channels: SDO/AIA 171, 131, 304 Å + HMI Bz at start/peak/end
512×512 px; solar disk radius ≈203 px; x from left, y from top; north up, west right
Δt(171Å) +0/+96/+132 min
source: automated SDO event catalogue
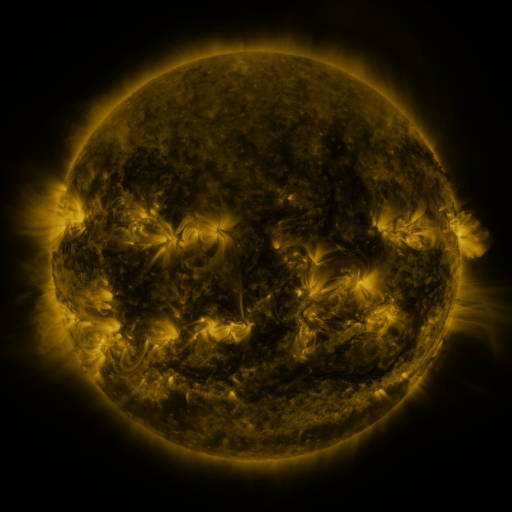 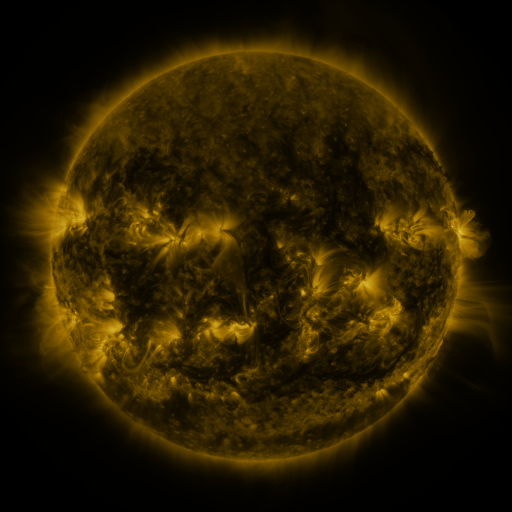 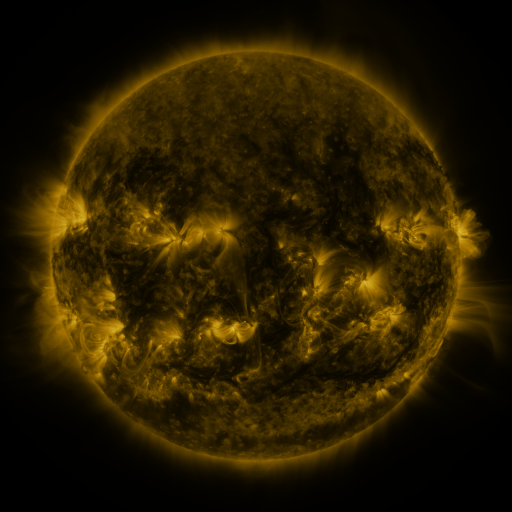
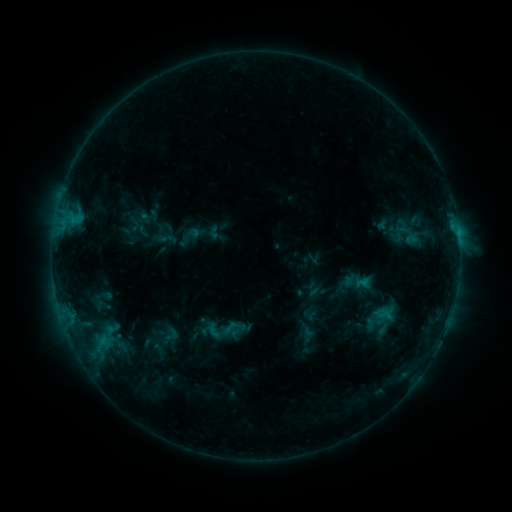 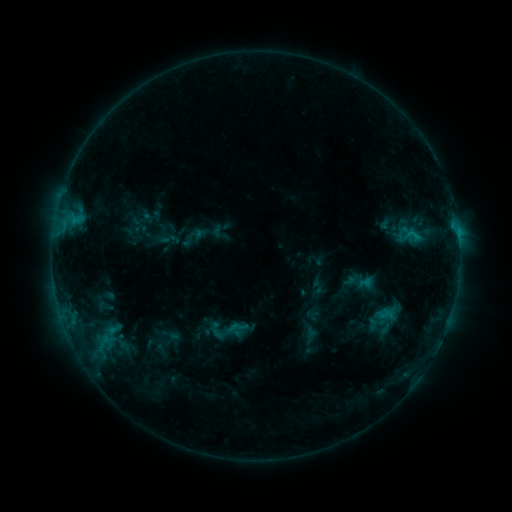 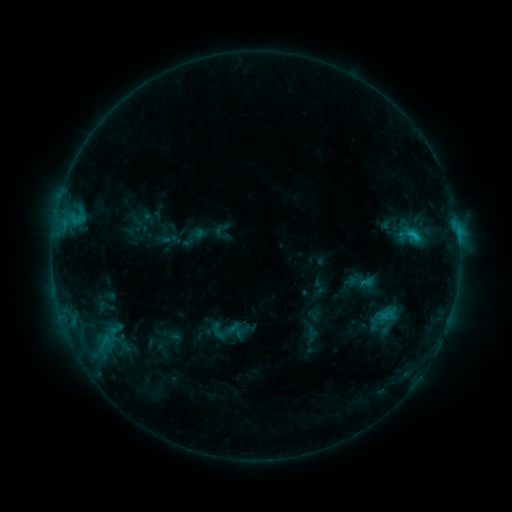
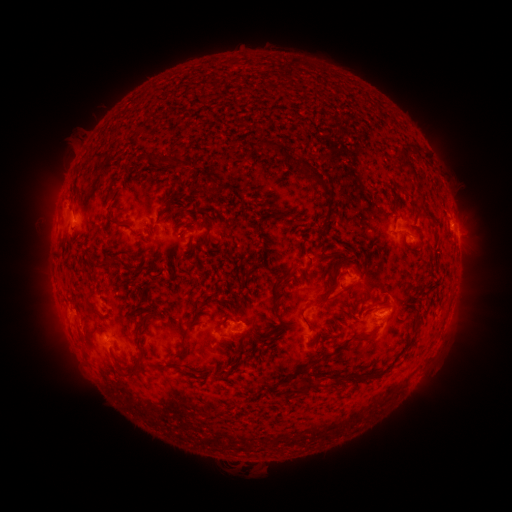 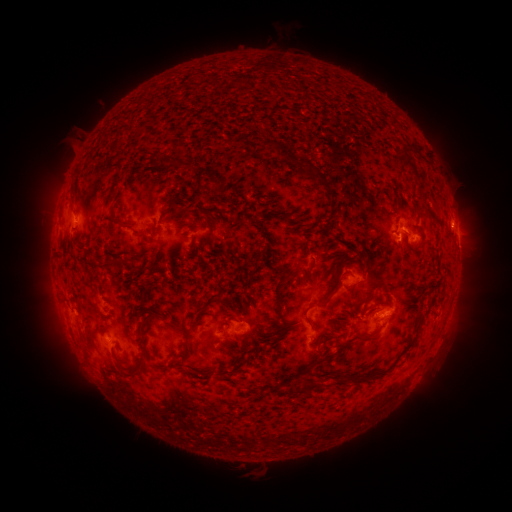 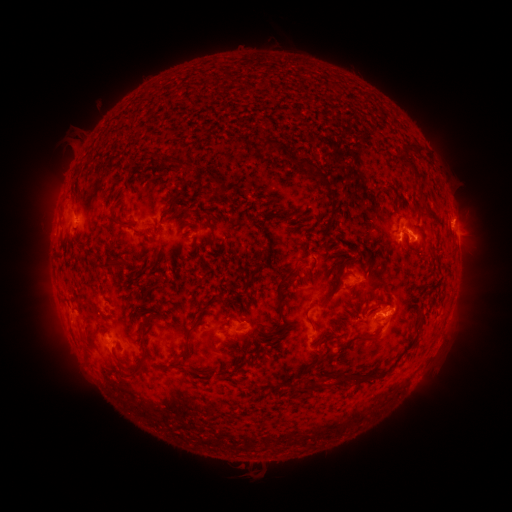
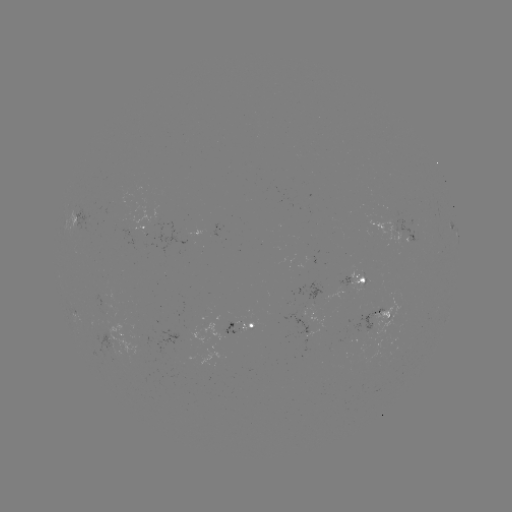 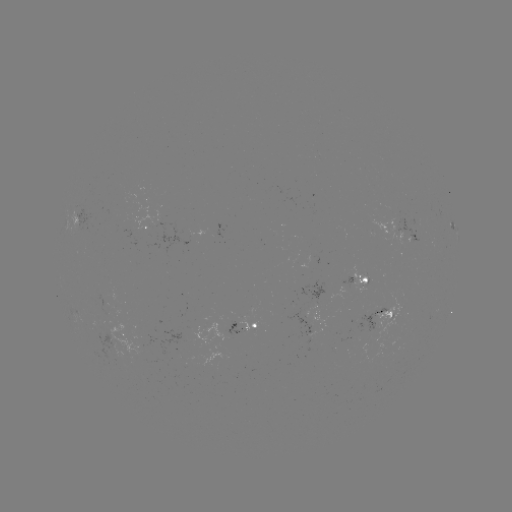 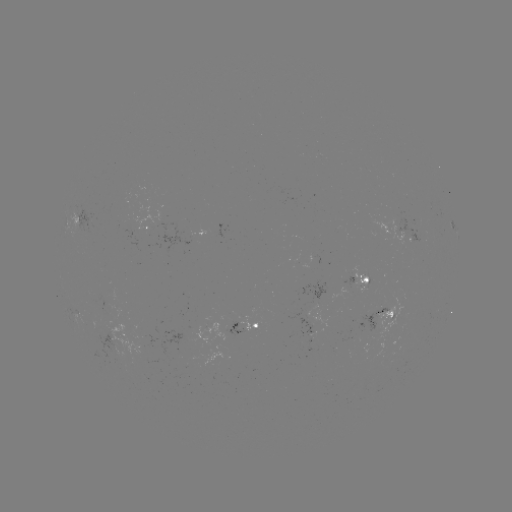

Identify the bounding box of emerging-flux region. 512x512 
[360, 309, 385, 339].